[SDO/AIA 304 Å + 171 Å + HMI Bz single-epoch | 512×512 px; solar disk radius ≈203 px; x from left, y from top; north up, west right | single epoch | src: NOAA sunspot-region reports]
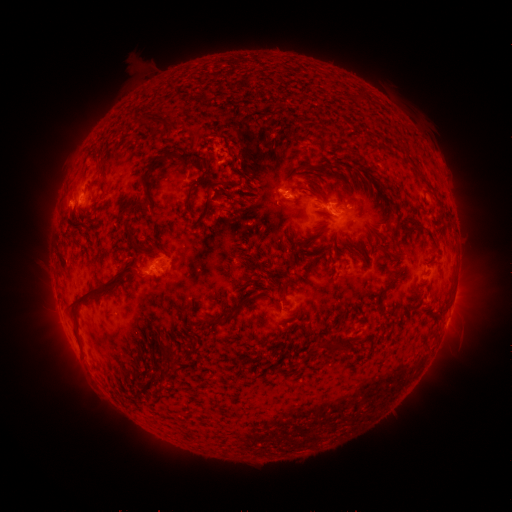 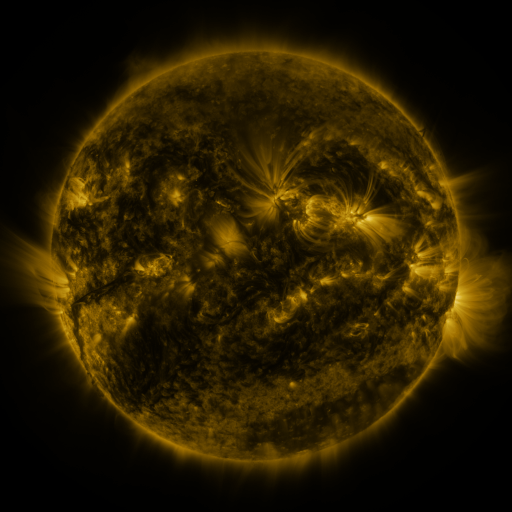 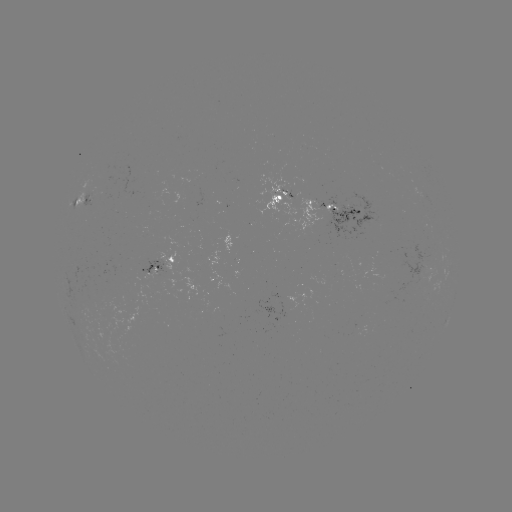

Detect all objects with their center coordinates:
spotted active region: (82, 199)
spotted active region: (318, 206)
spotted active region: (154, 265)
spotted active region: (447, 319)
